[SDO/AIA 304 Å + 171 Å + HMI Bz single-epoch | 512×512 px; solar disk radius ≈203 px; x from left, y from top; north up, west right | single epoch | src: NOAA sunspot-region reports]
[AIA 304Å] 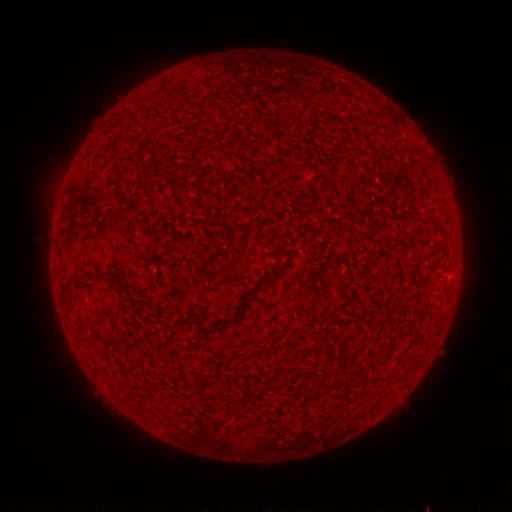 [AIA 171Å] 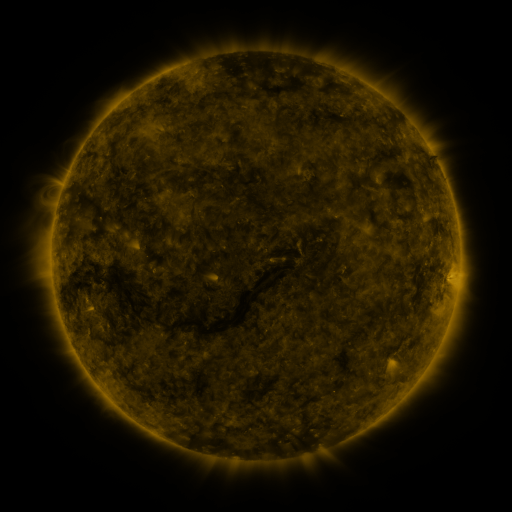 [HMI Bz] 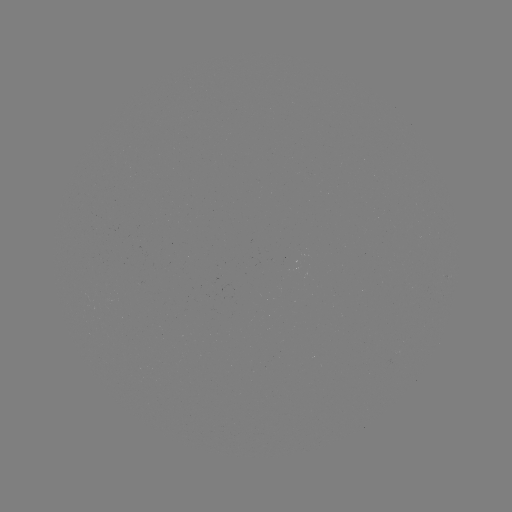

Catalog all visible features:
(none)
